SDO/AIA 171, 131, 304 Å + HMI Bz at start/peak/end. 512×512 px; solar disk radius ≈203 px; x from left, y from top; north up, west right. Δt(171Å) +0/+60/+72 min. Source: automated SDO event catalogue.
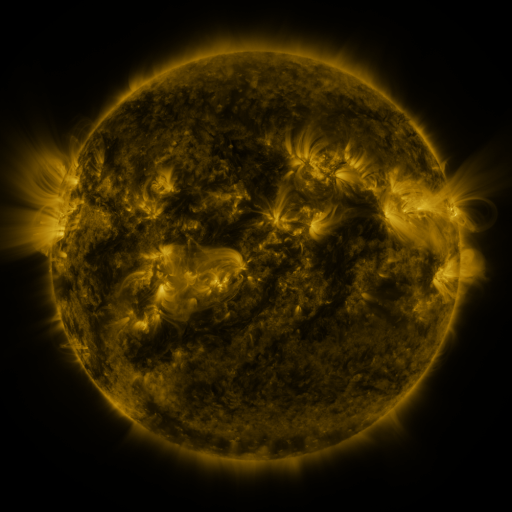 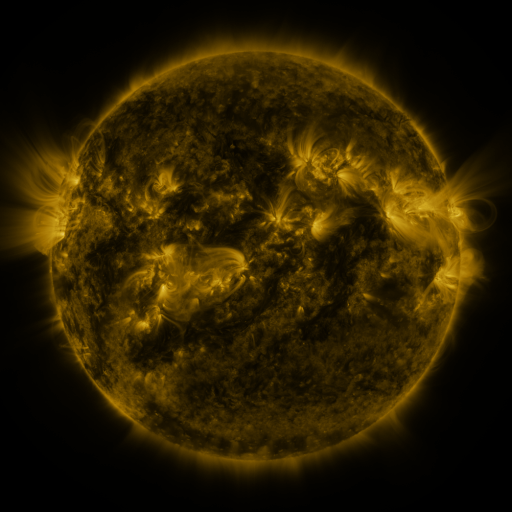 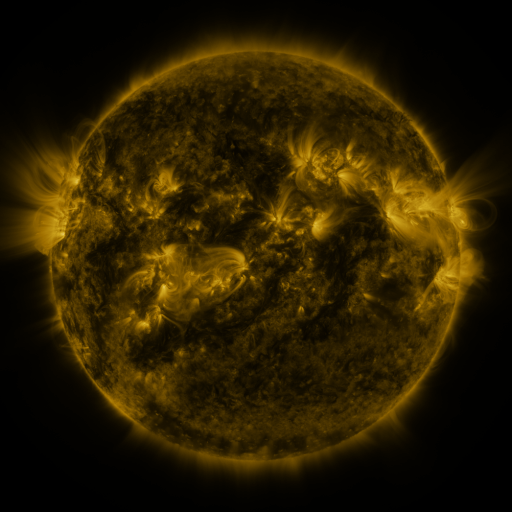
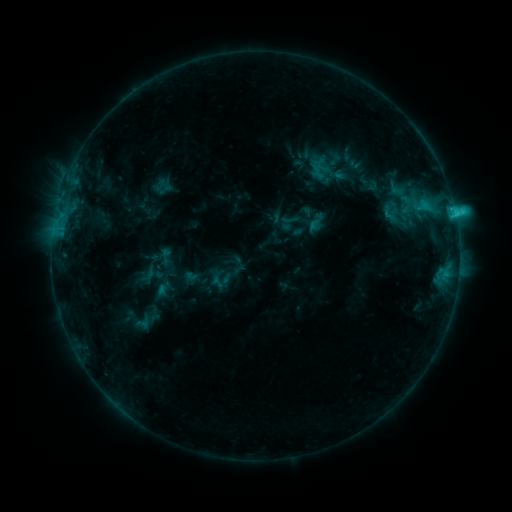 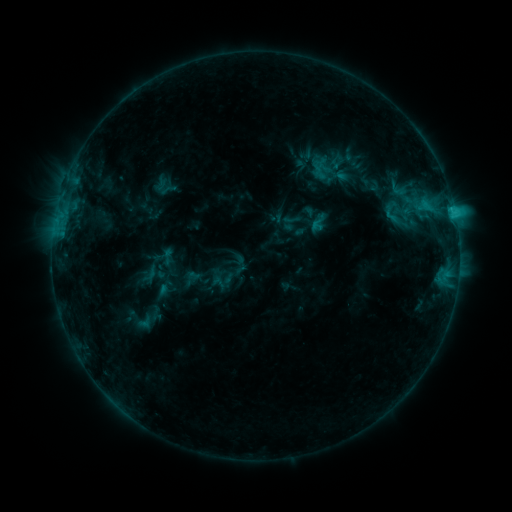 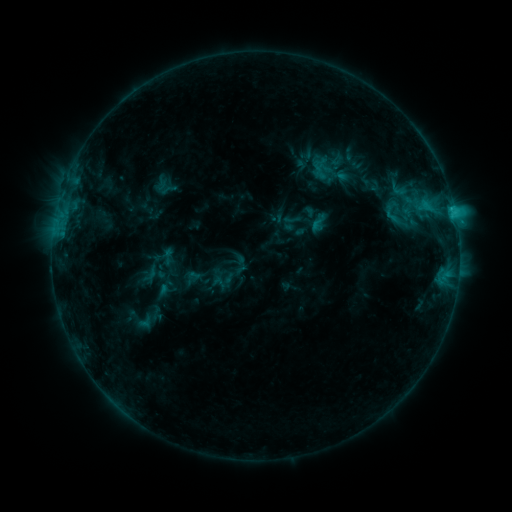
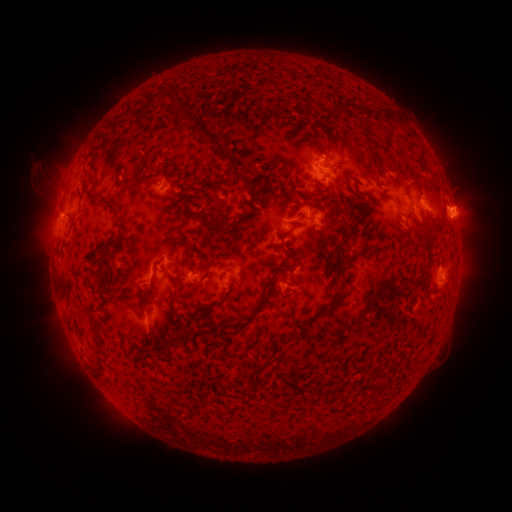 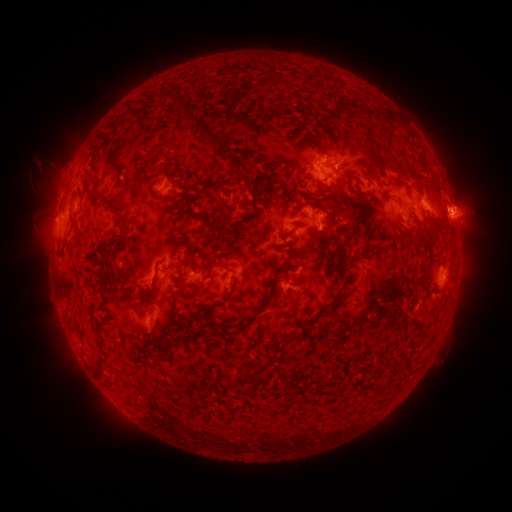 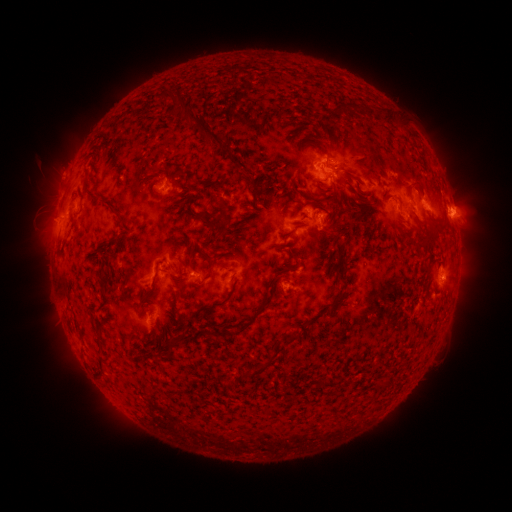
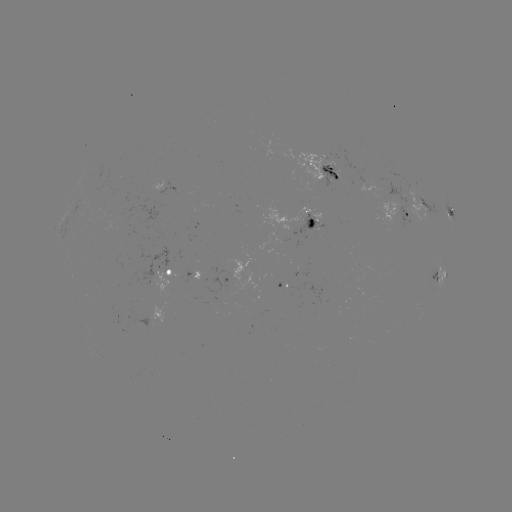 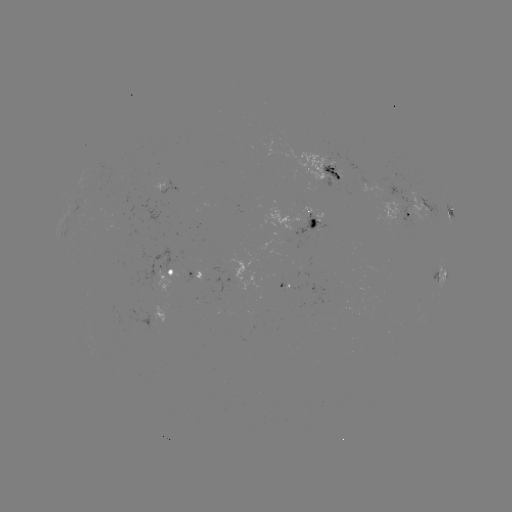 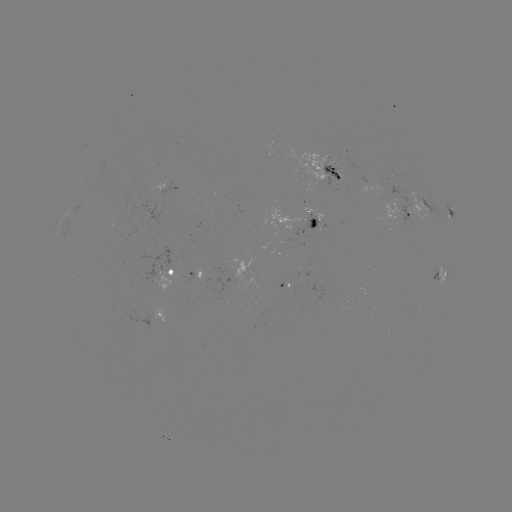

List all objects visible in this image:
emerging-flux region: (414, 204)
